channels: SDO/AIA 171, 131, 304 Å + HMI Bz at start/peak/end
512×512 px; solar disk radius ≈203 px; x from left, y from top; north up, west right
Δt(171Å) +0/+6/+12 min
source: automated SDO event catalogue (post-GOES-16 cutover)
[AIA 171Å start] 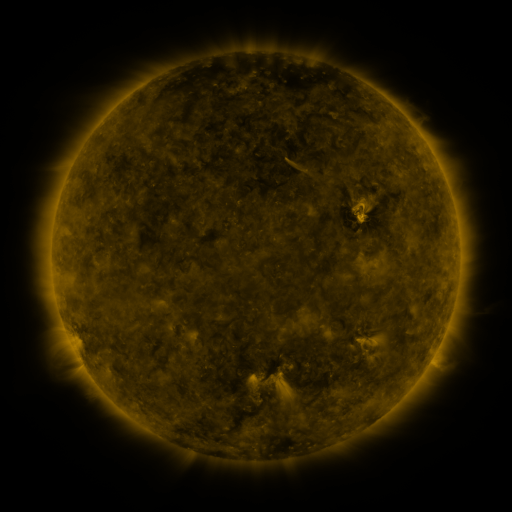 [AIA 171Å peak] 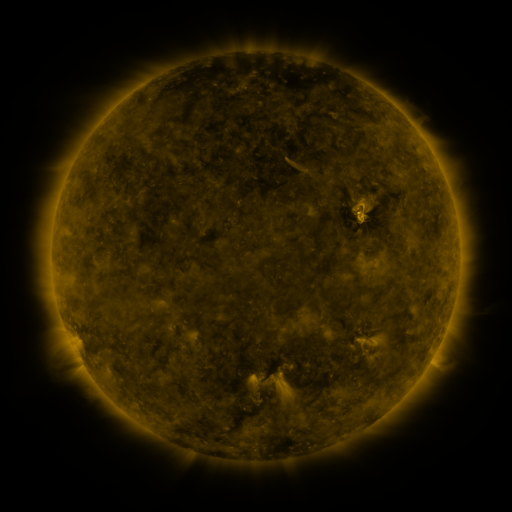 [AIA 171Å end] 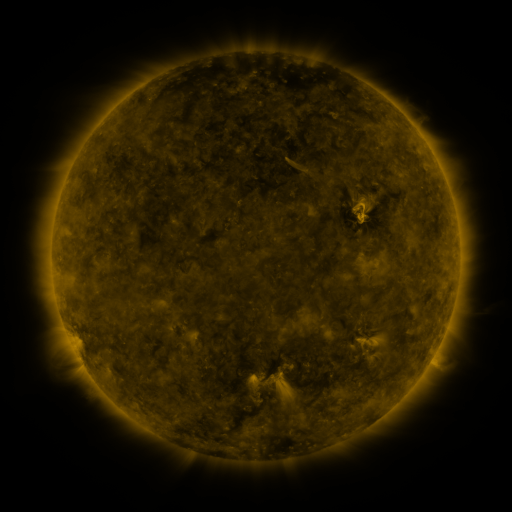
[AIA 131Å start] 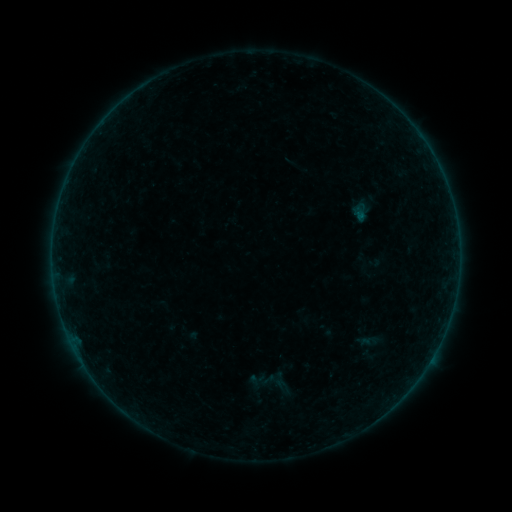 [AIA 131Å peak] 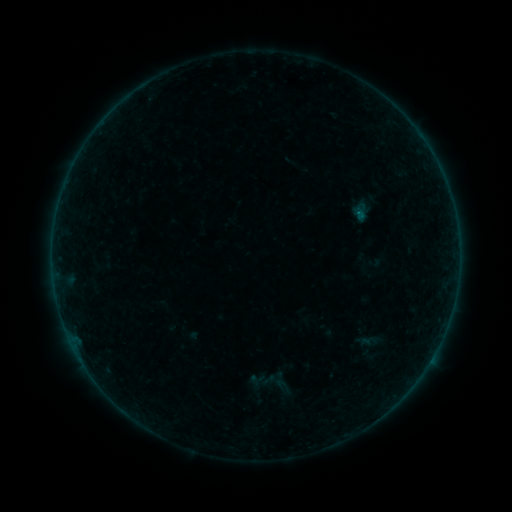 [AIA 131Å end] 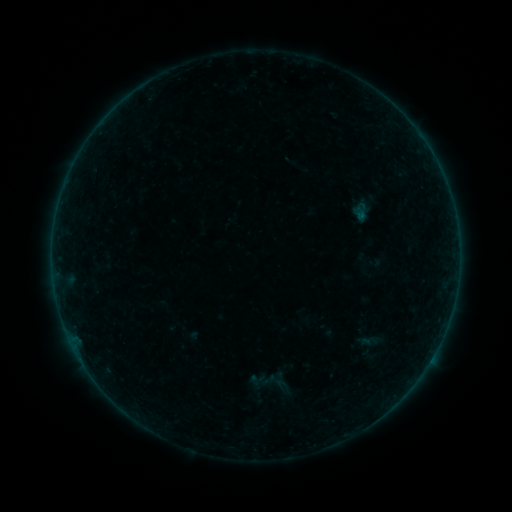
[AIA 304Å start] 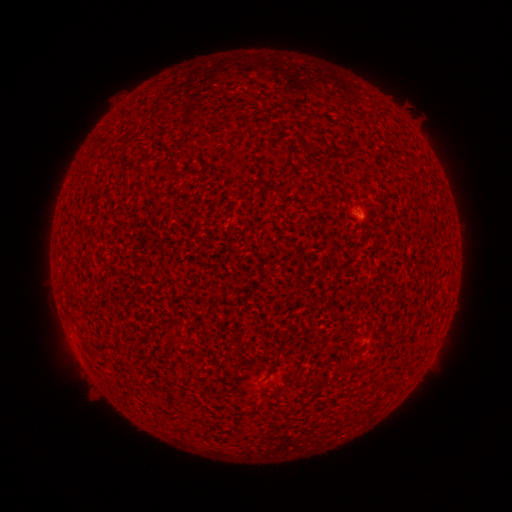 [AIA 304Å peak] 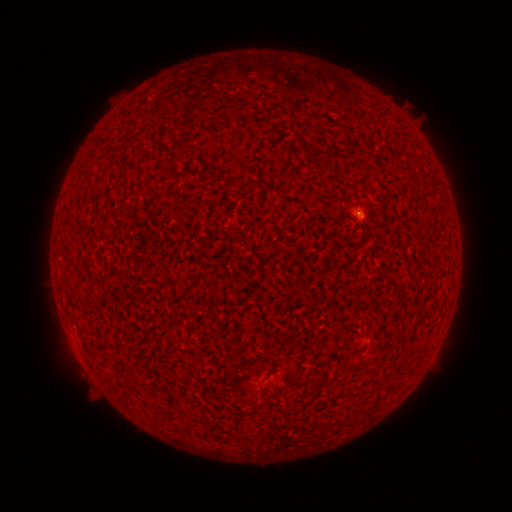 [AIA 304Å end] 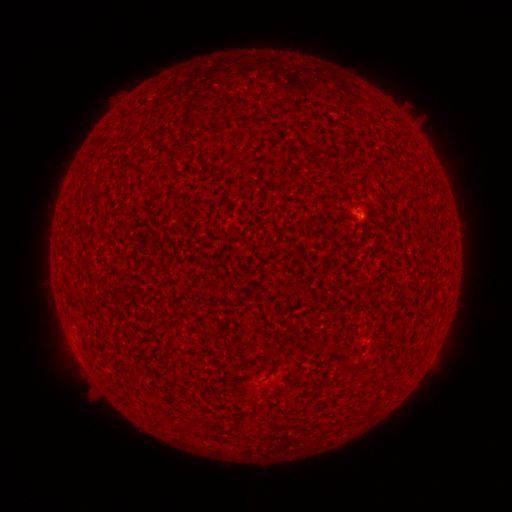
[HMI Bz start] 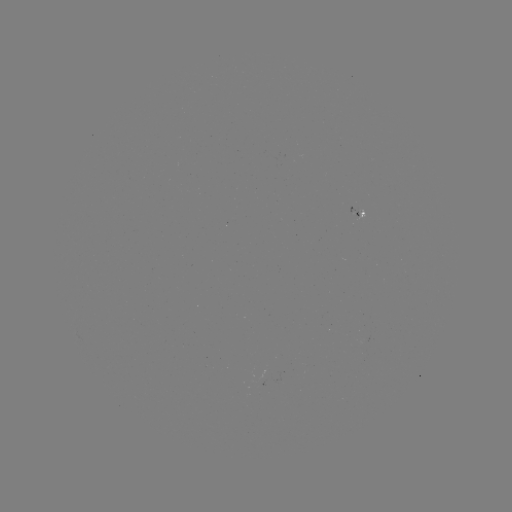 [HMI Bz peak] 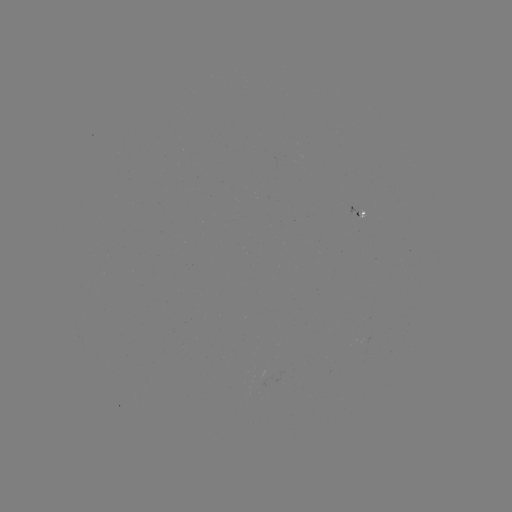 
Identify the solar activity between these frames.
A2.9 flare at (356, 216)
